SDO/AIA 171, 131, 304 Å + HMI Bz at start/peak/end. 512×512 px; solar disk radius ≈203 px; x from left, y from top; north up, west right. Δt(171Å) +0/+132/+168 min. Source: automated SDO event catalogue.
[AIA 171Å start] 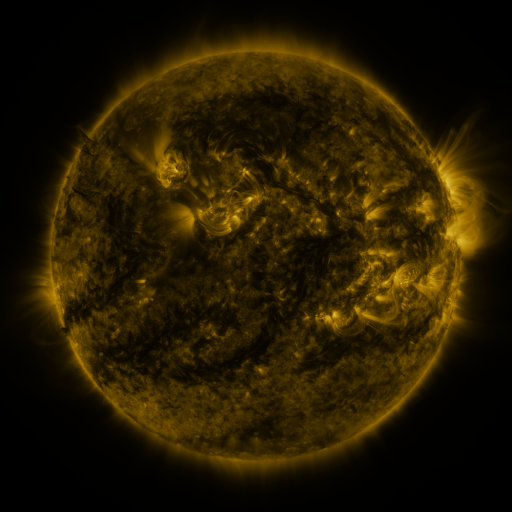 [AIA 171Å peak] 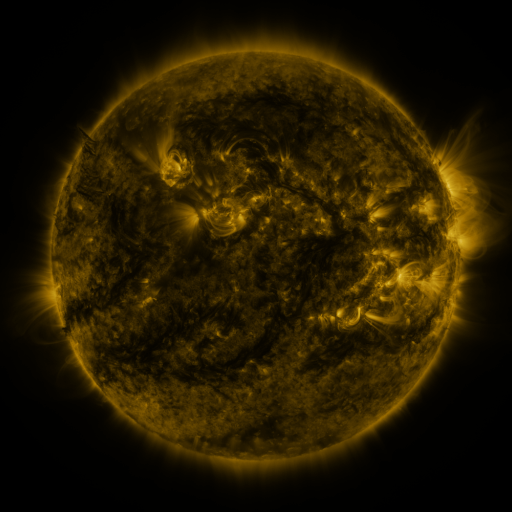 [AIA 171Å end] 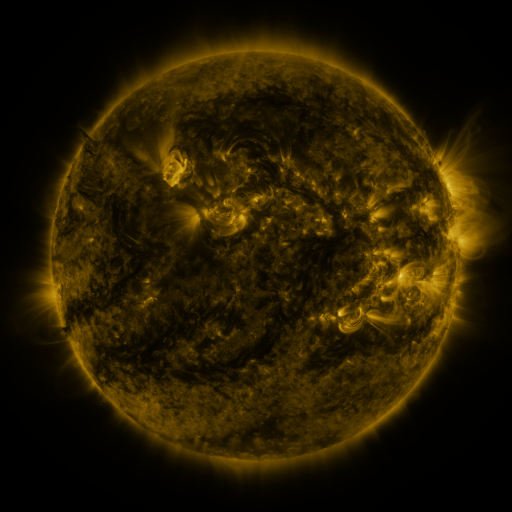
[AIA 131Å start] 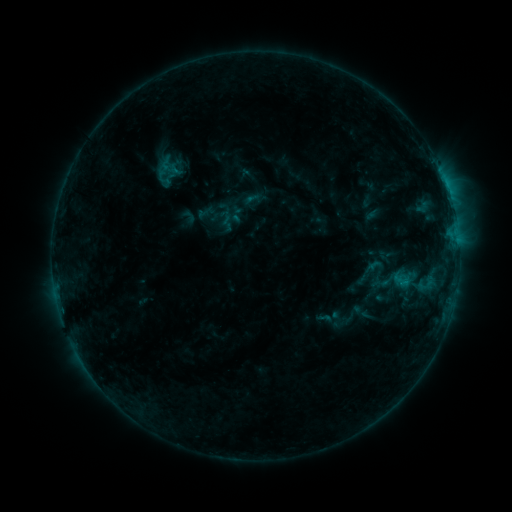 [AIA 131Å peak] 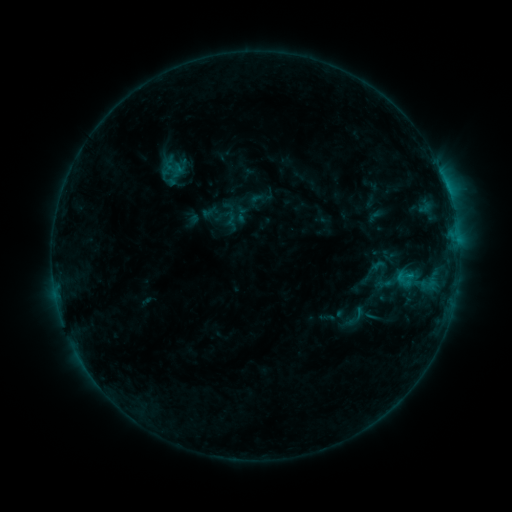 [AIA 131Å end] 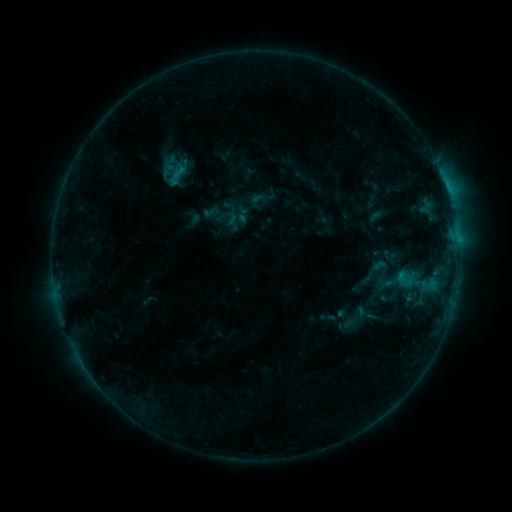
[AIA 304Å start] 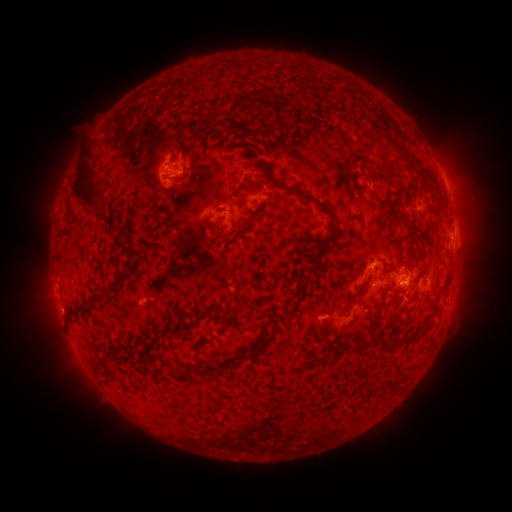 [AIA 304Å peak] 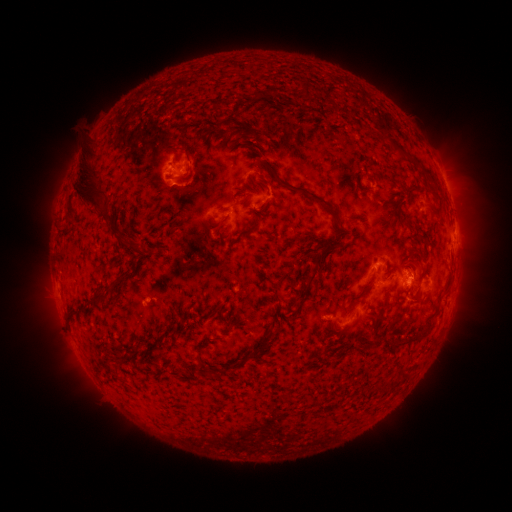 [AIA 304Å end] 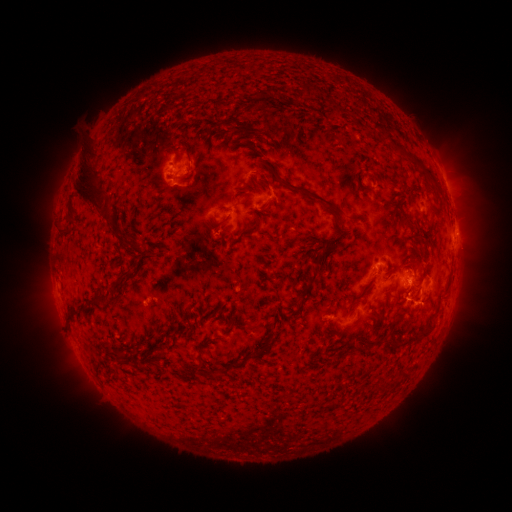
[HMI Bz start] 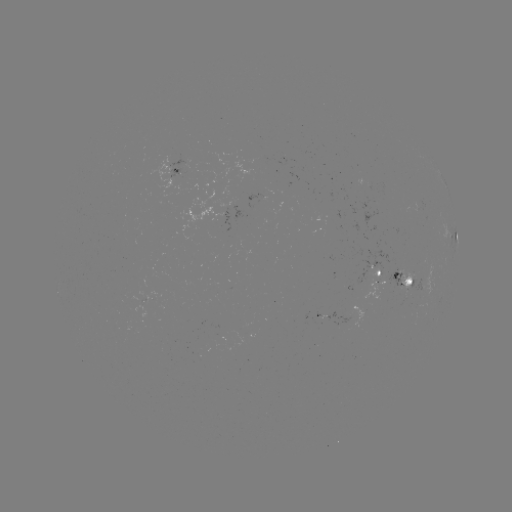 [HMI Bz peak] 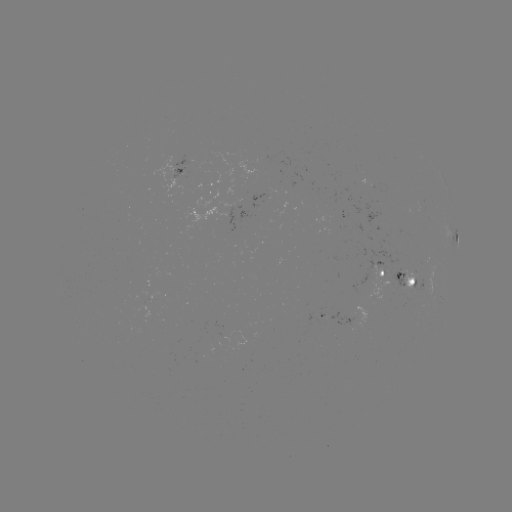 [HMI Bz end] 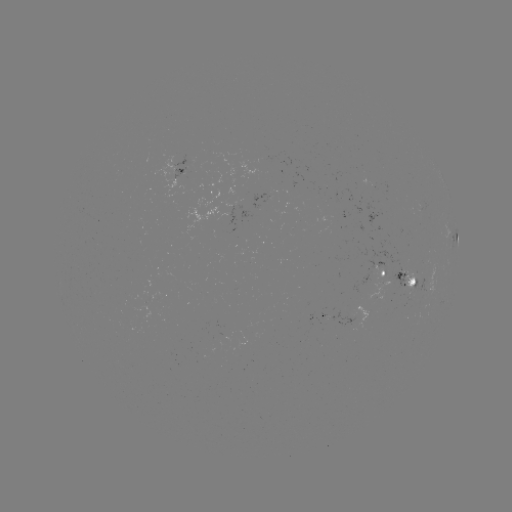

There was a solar emerging-flux region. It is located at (404, 285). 